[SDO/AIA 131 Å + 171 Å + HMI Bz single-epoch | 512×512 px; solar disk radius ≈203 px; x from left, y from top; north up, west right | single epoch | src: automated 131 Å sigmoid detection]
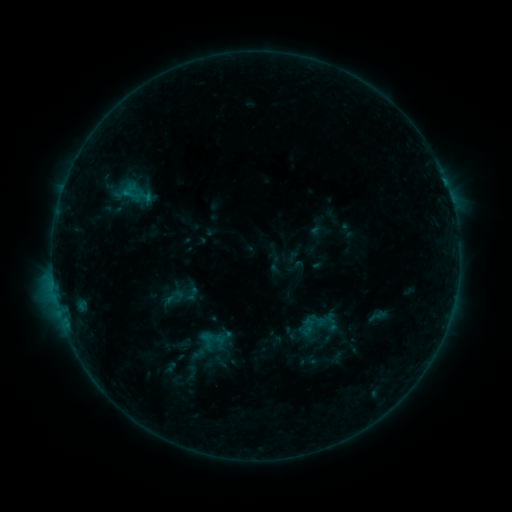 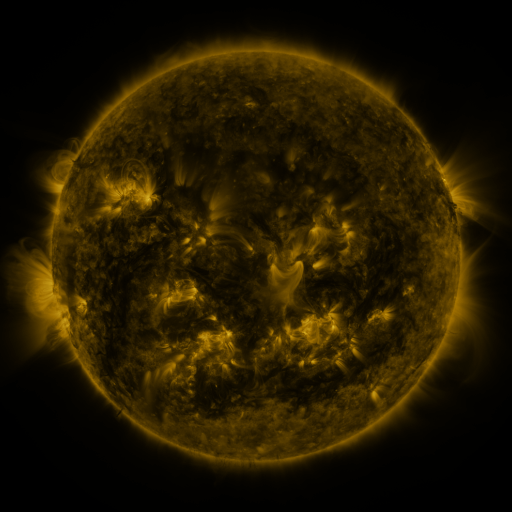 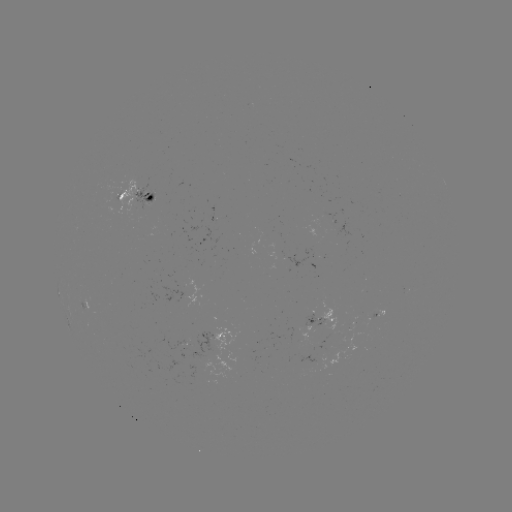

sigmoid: <bbox>194, 329, 219, 351</bbox>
